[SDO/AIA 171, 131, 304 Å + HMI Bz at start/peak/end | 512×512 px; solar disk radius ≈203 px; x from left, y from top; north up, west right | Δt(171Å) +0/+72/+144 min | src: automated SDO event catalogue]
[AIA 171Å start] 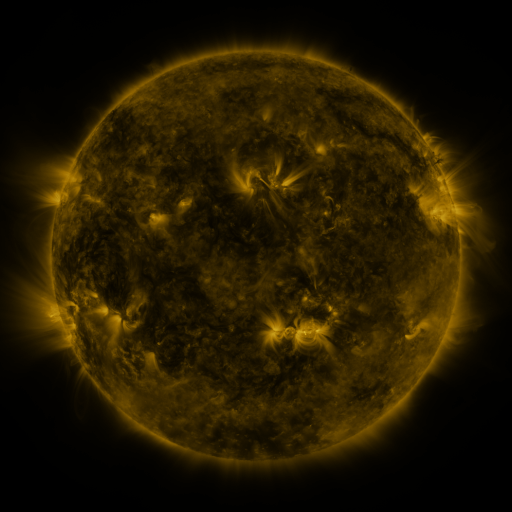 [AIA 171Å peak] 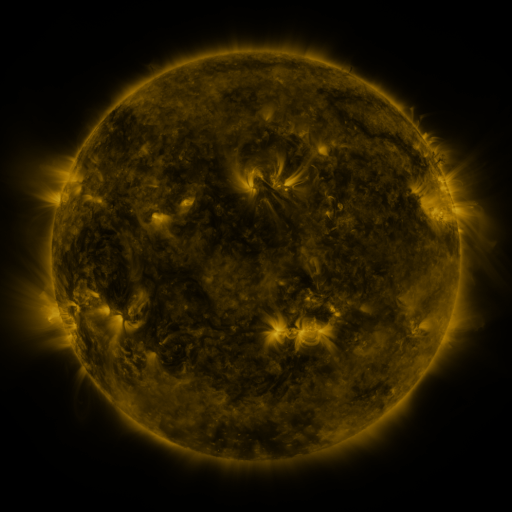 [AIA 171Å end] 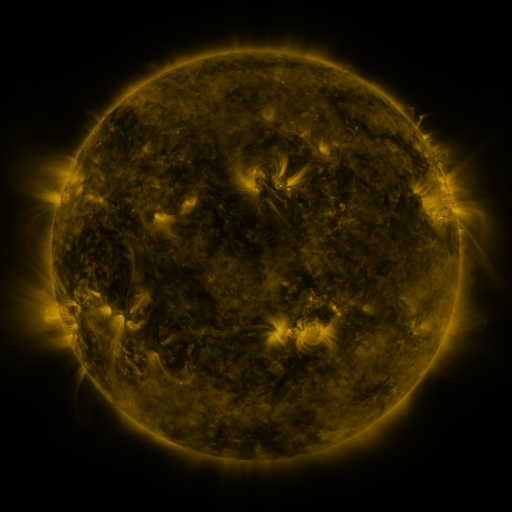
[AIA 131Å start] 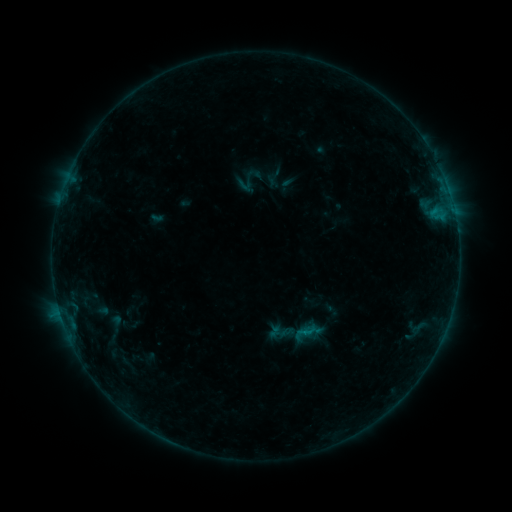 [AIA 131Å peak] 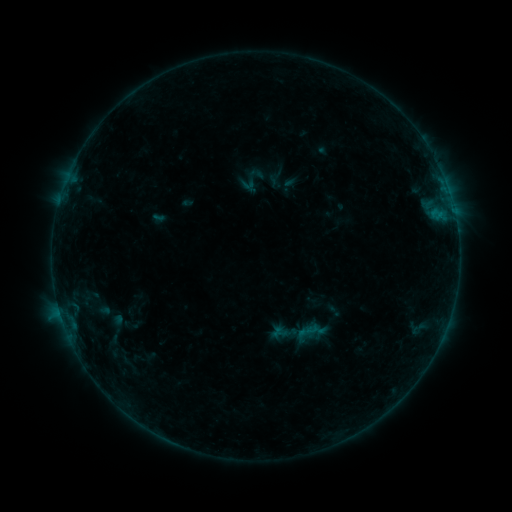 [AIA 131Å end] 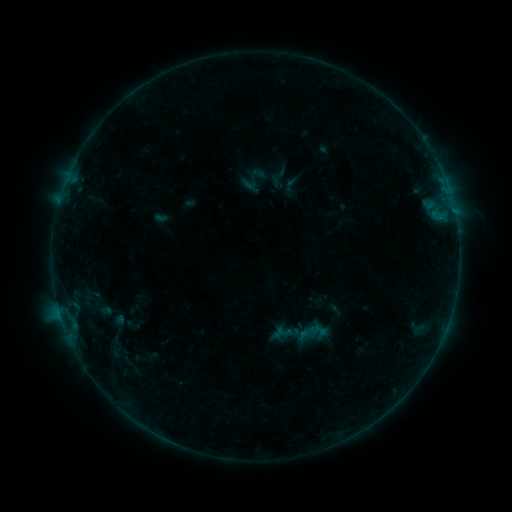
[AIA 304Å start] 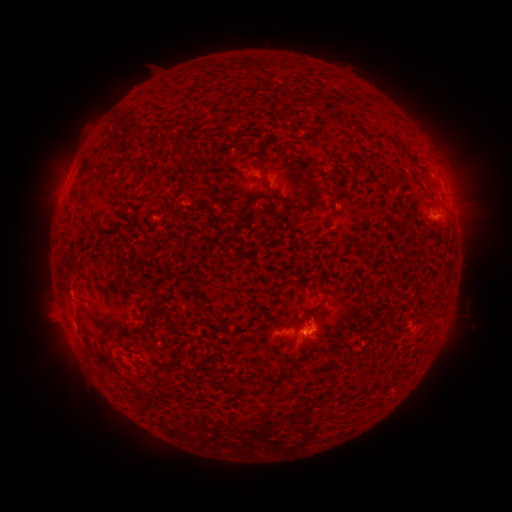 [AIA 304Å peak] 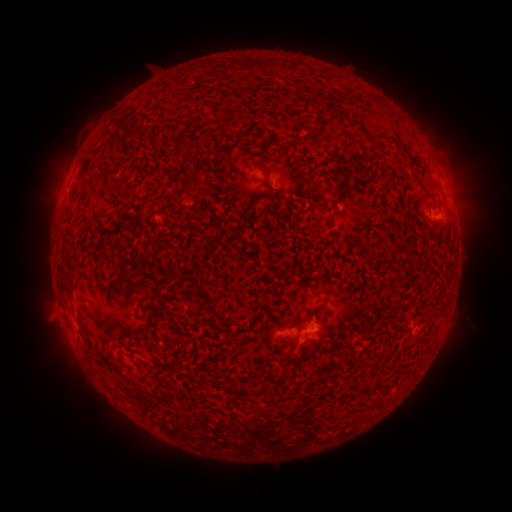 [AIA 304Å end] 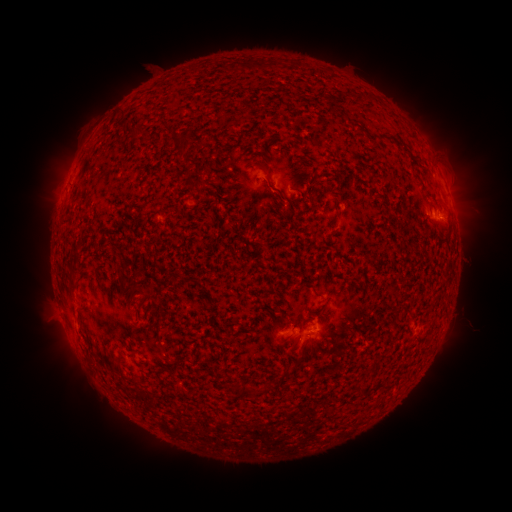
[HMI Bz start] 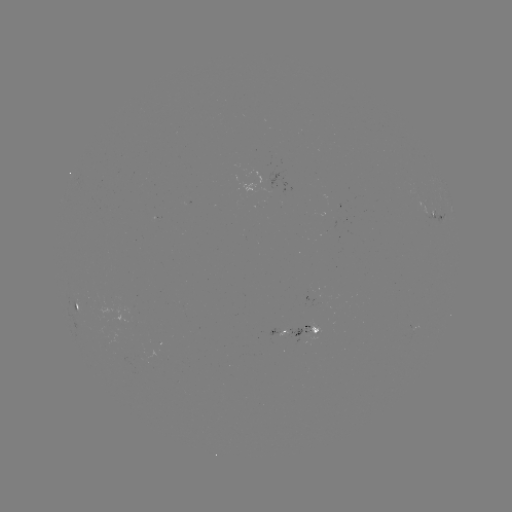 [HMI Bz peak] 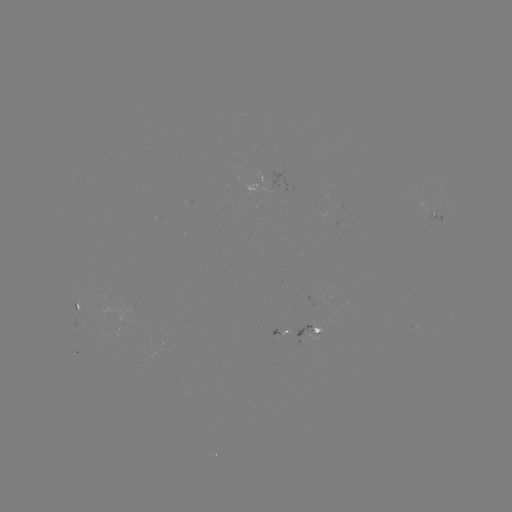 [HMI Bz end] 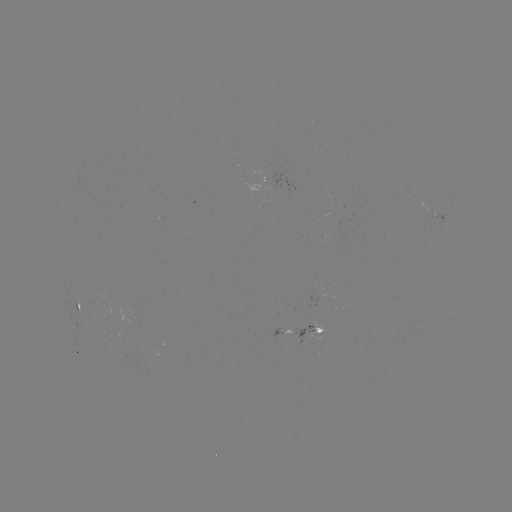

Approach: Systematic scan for filament eruption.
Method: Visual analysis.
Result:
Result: filament eruption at [318, 170].